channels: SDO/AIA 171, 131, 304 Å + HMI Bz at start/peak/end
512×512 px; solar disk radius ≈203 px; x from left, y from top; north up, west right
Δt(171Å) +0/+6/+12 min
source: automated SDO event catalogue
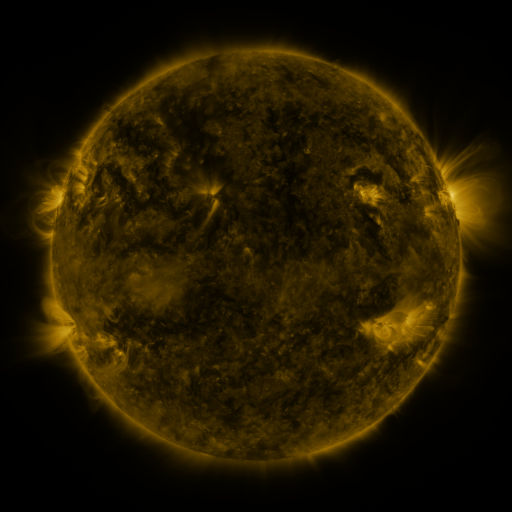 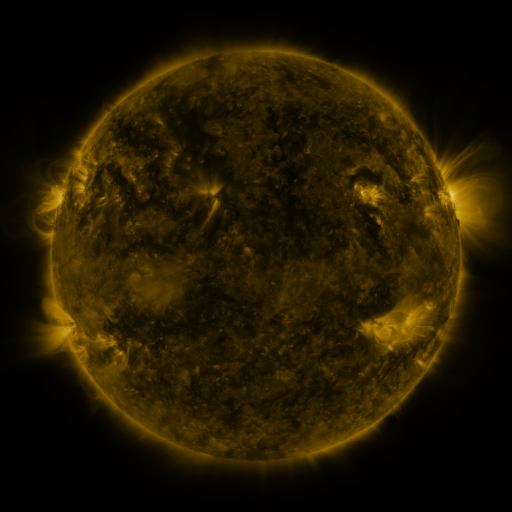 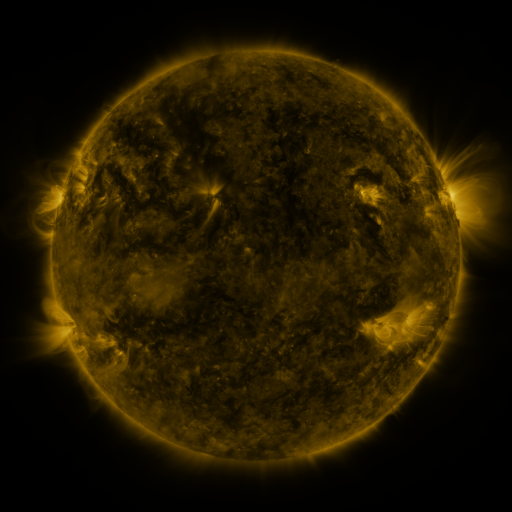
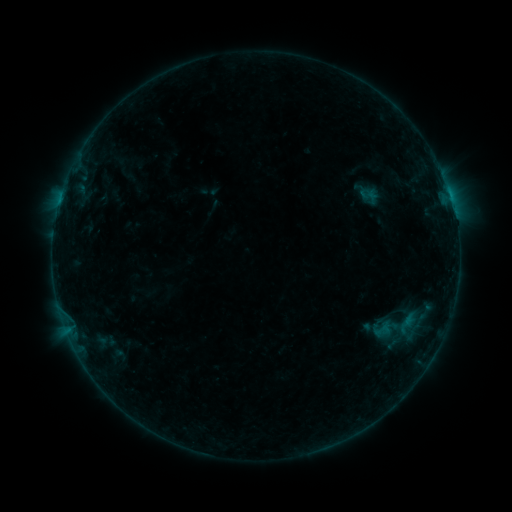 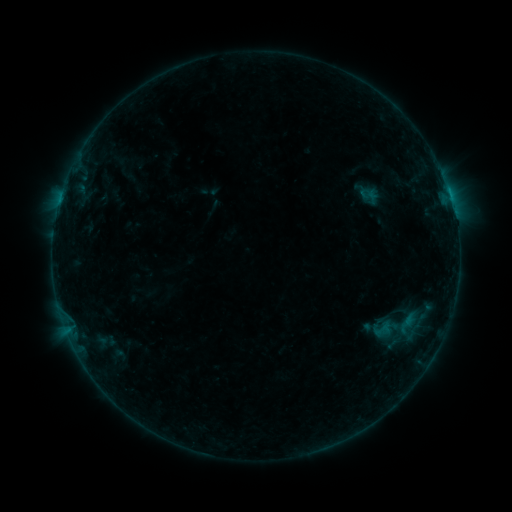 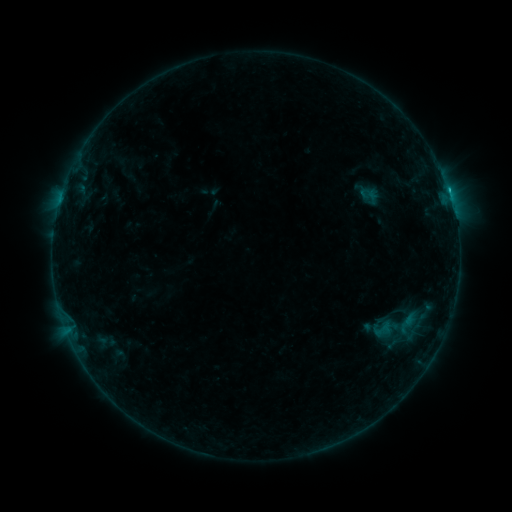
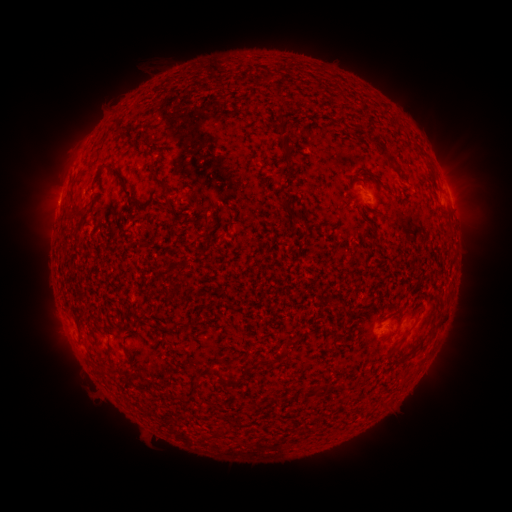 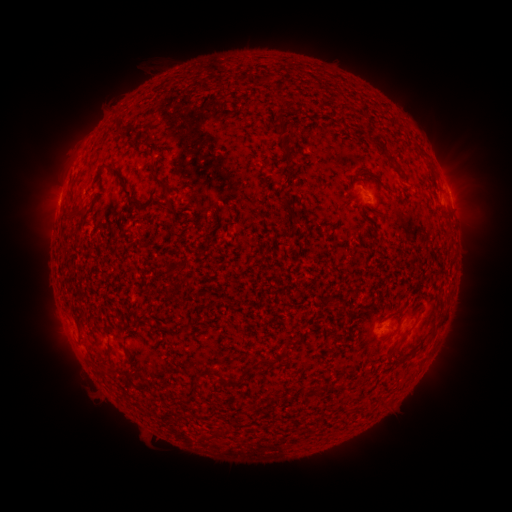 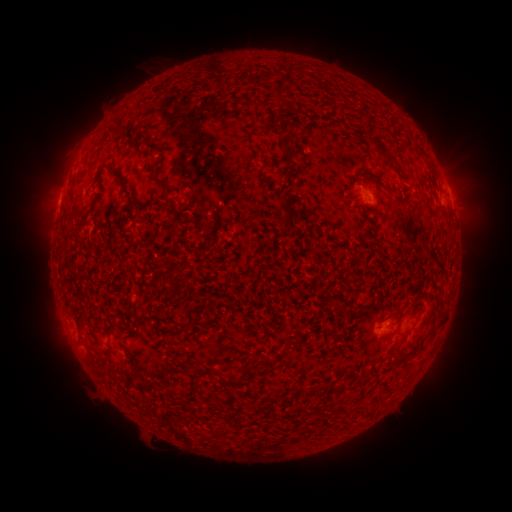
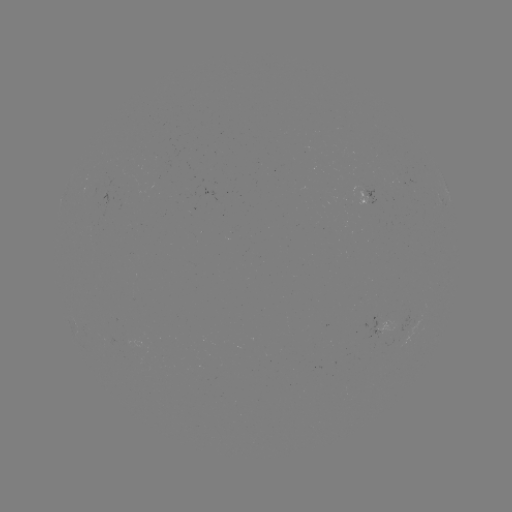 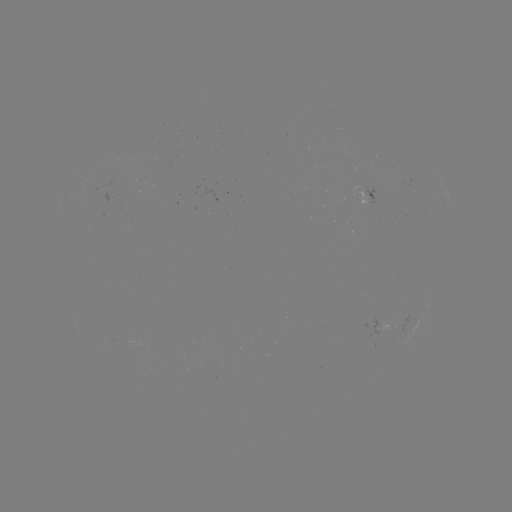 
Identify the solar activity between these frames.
B7.5 flare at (448, 190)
